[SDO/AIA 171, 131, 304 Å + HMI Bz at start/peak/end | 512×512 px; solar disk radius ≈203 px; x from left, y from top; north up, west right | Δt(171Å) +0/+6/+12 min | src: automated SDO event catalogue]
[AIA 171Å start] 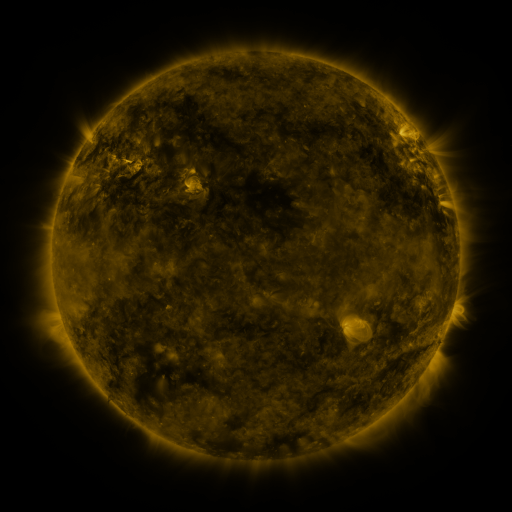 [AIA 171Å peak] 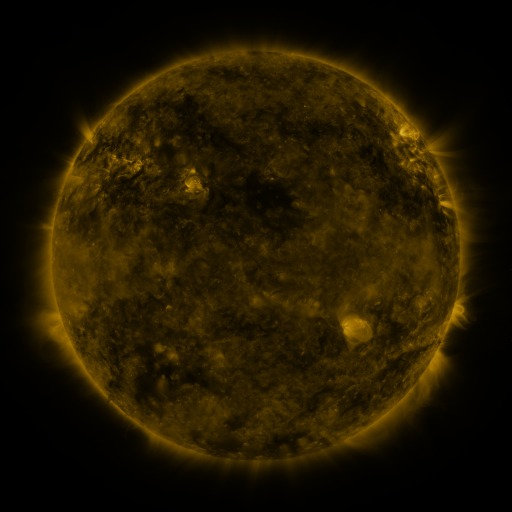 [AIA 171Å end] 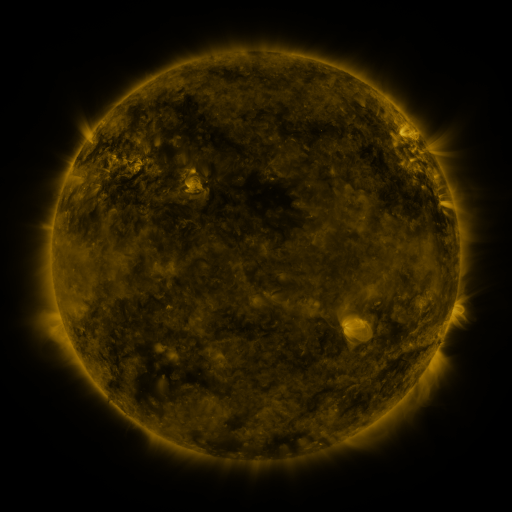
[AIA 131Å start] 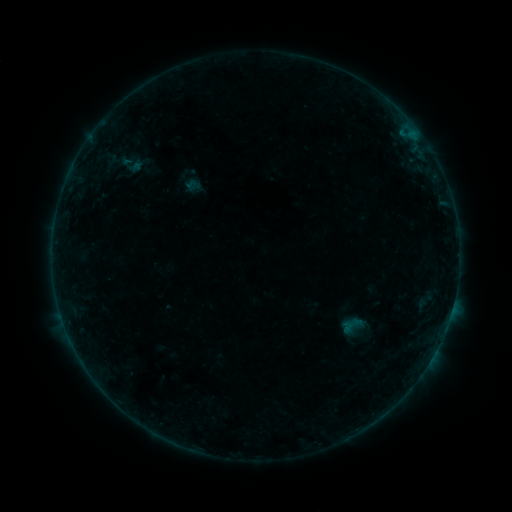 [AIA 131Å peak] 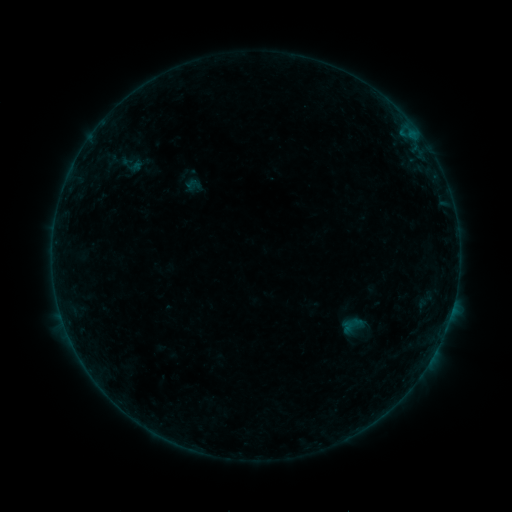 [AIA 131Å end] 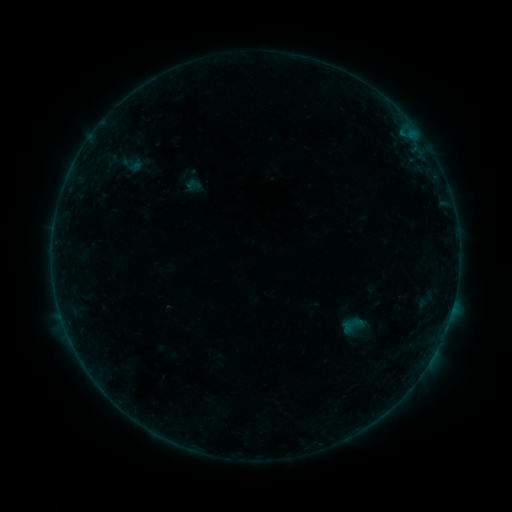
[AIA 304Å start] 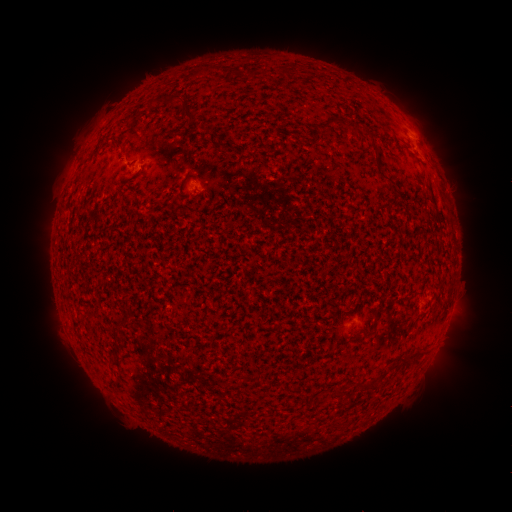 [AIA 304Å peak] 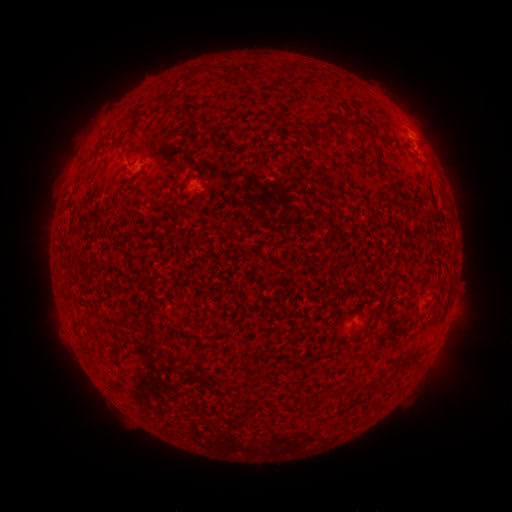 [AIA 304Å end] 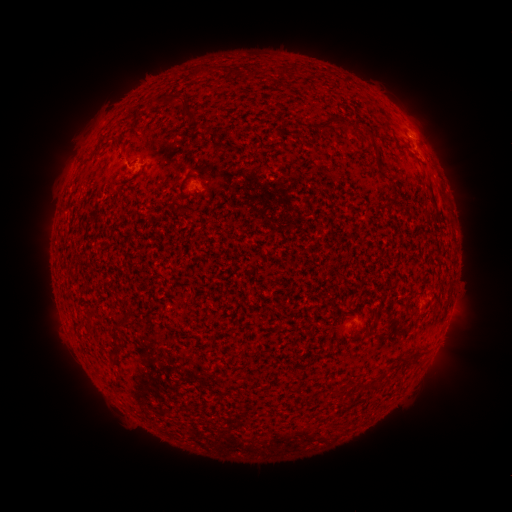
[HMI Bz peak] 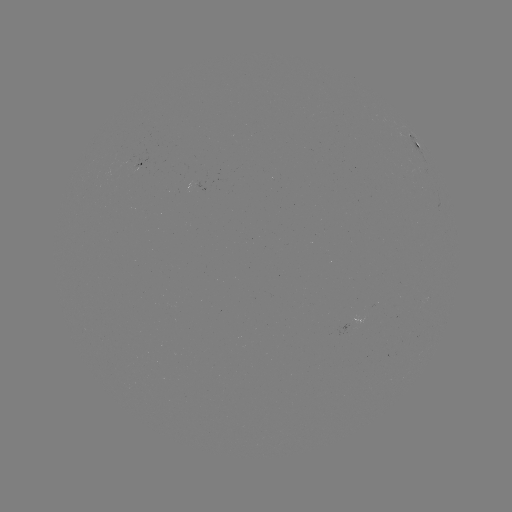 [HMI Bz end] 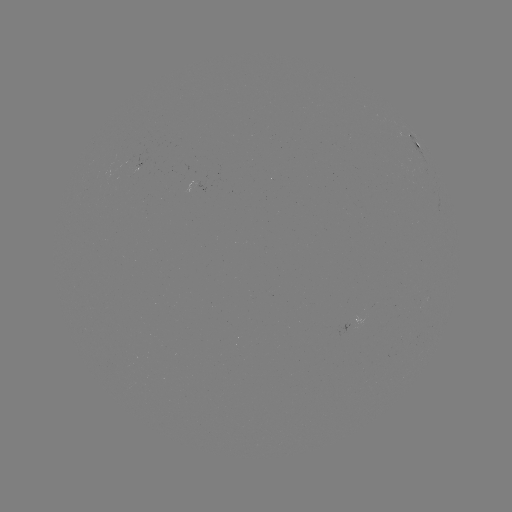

nothing was catalogued: no classed flare, no EUV trigger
